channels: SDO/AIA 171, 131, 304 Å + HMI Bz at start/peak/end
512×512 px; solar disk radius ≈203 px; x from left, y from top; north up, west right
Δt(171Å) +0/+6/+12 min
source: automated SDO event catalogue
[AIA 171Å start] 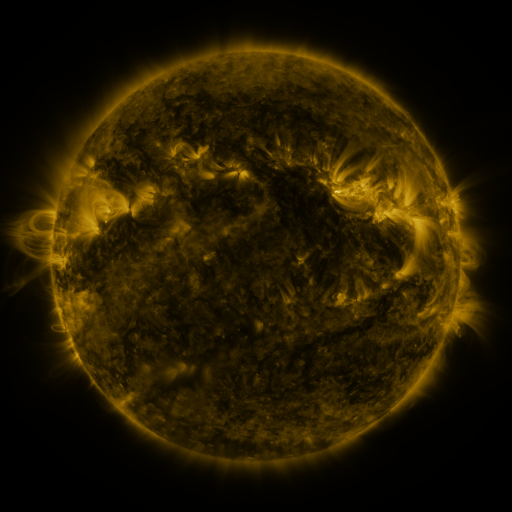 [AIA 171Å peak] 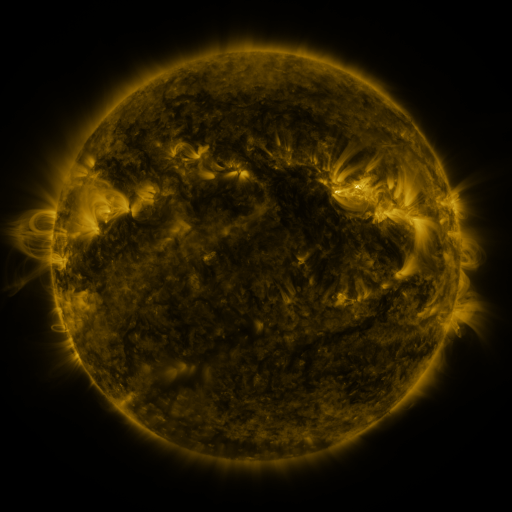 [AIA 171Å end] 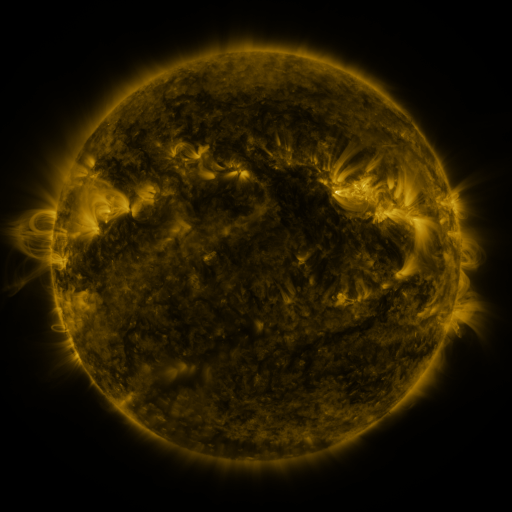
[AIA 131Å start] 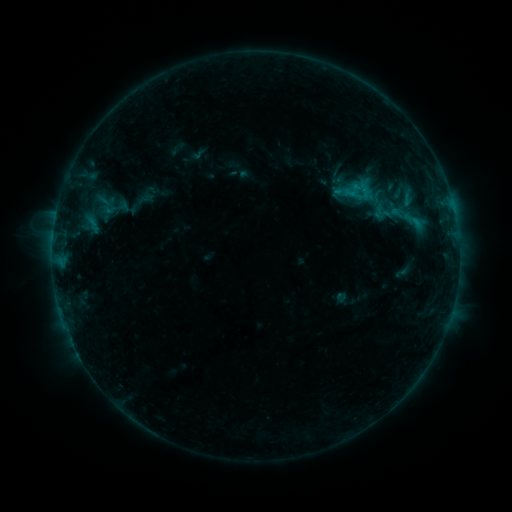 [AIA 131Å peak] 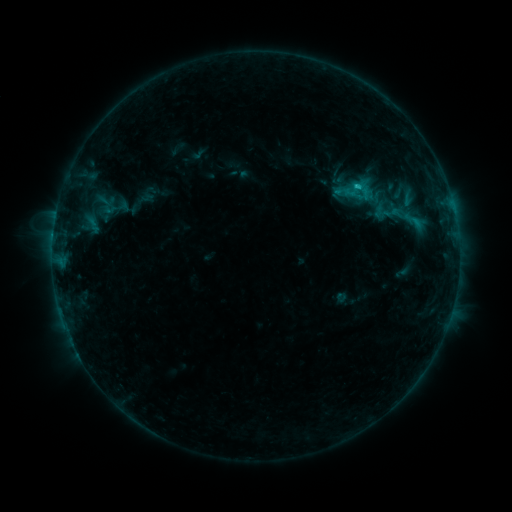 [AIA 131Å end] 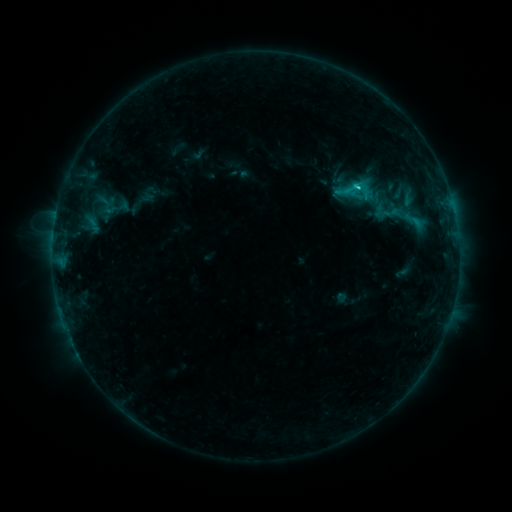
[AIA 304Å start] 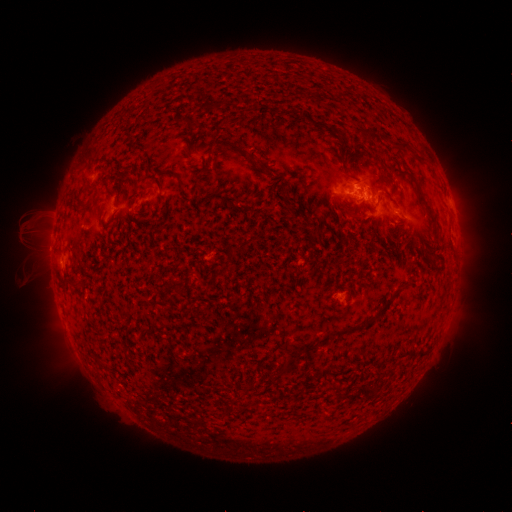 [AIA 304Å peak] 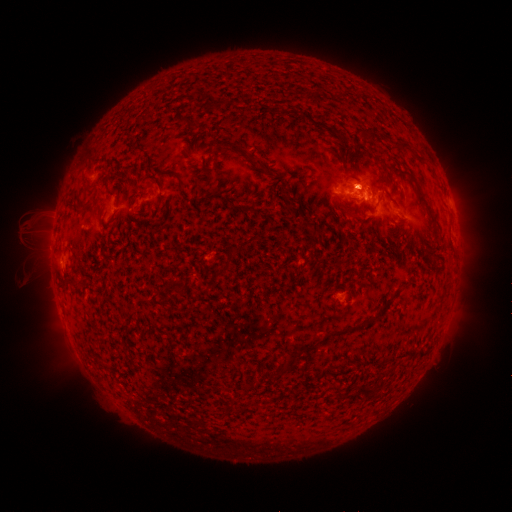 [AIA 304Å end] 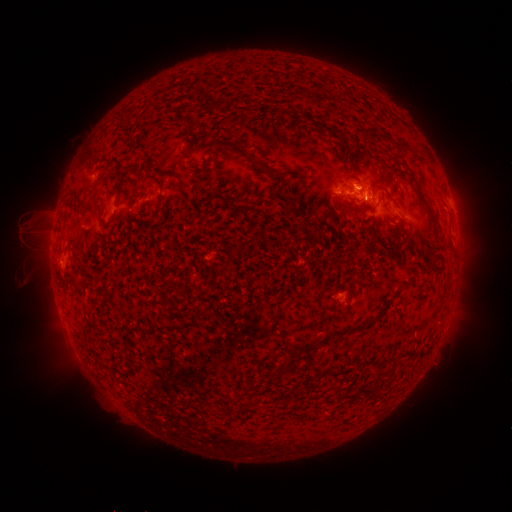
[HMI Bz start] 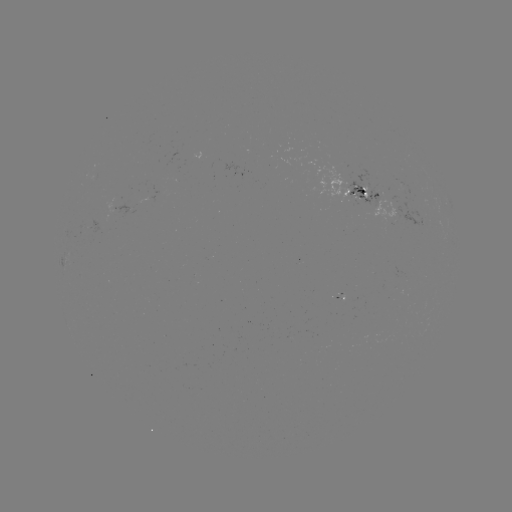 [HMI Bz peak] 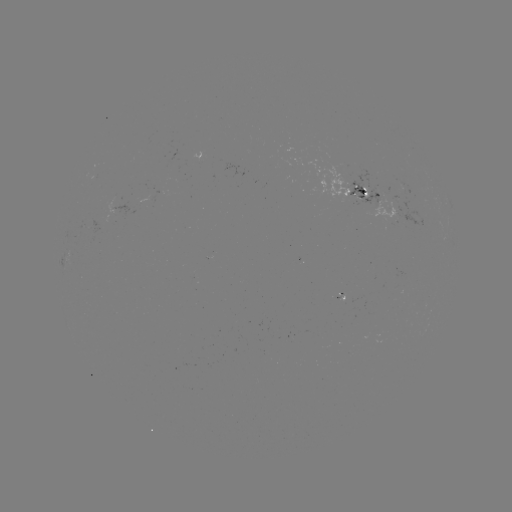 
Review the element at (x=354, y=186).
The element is C1.6 flare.